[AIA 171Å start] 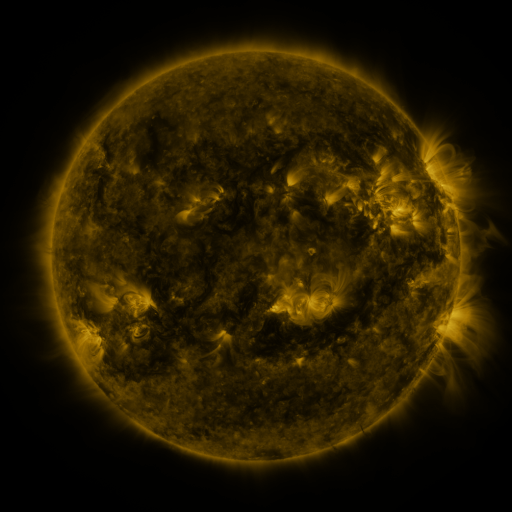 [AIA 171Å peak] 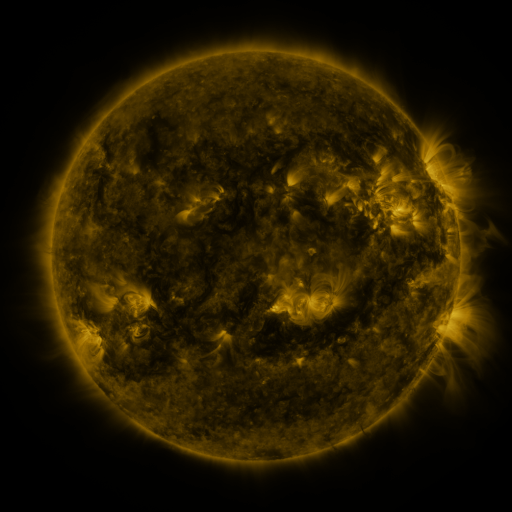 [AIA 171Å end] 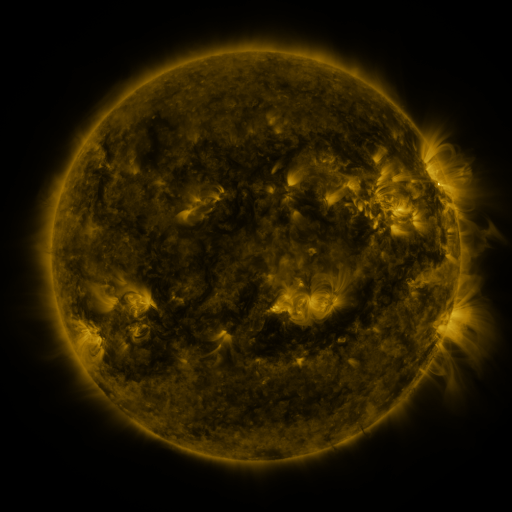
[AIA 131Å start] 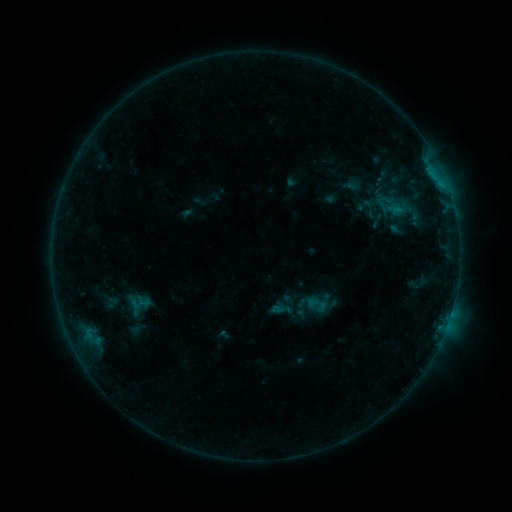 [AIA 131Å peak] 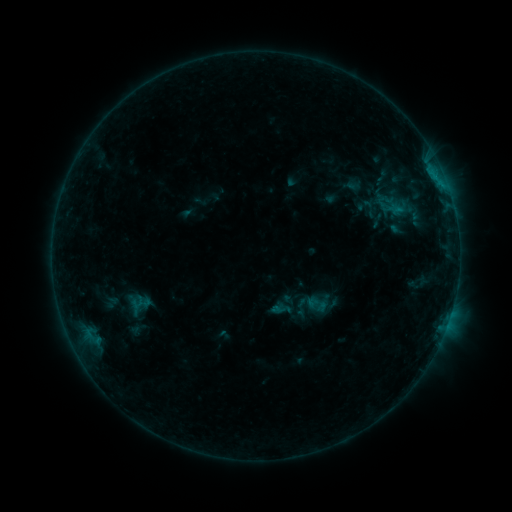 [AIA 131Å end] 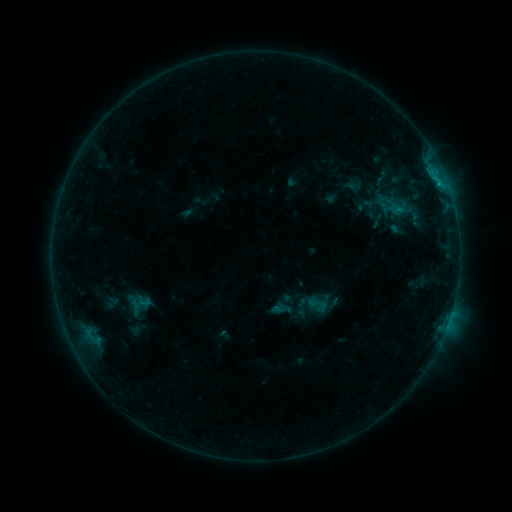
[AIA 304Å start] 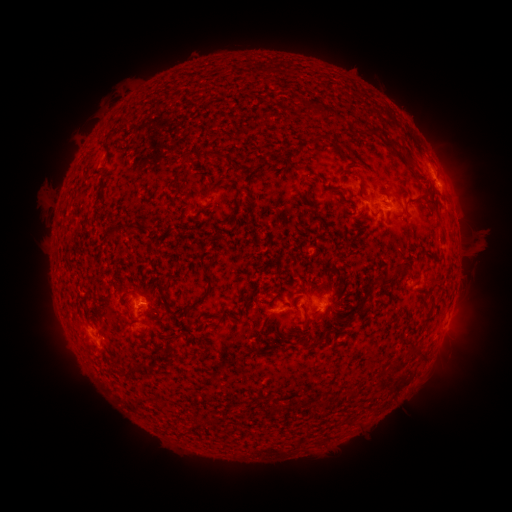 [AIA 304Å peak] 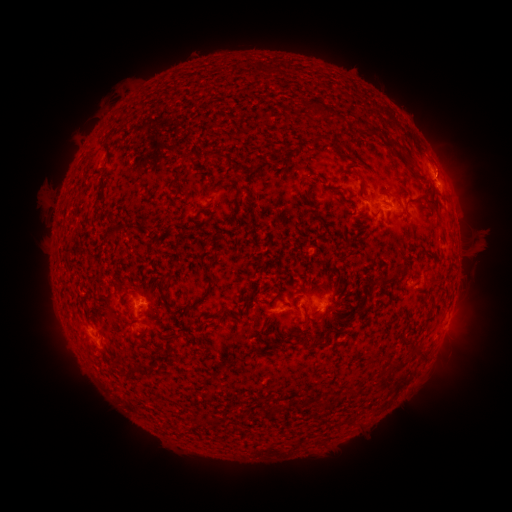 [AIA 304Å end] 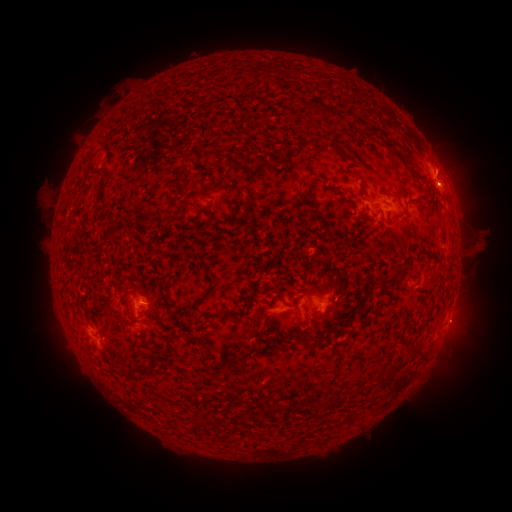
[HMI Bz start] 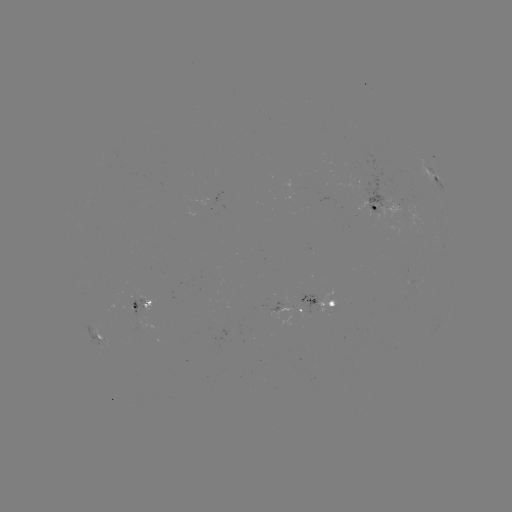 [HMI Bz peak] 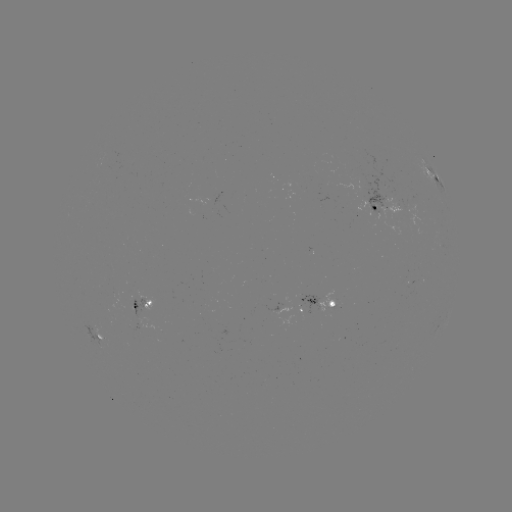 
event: eruption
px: (448, 157)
